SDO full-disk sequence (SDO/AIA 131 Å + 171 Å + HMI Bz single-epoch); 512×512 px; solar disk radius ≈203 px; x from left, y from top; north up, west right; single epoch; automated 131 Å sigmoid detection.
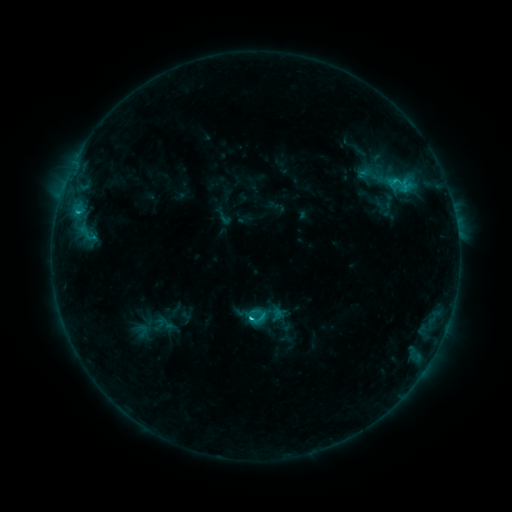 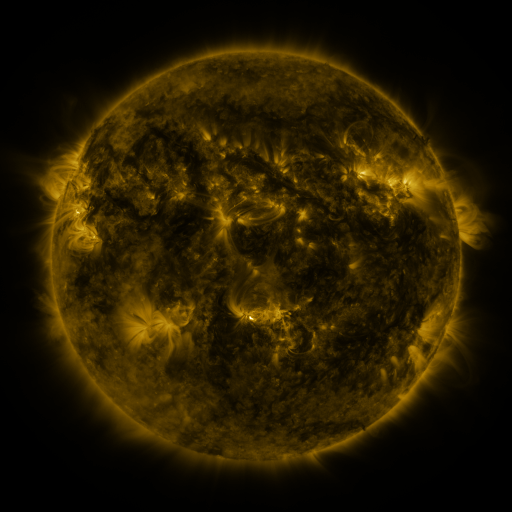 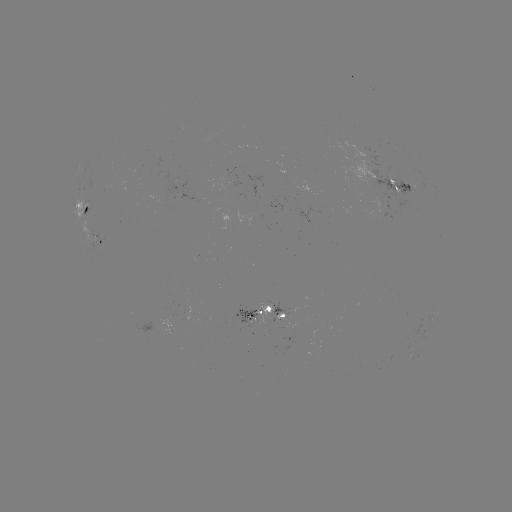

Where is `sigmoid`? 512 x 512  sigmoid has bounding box [244, 293, 289, 337].